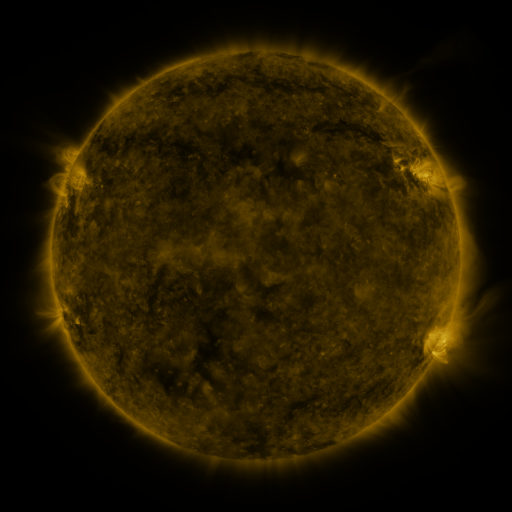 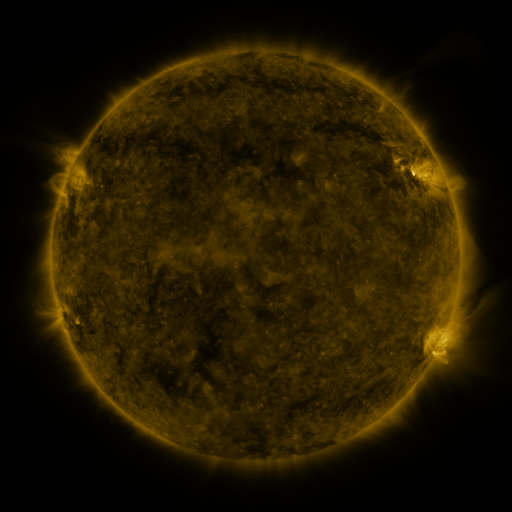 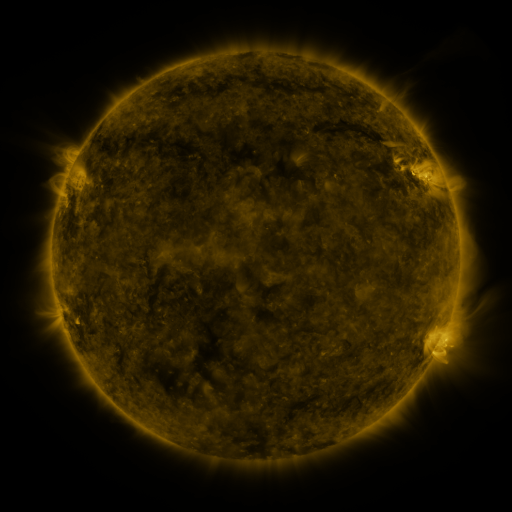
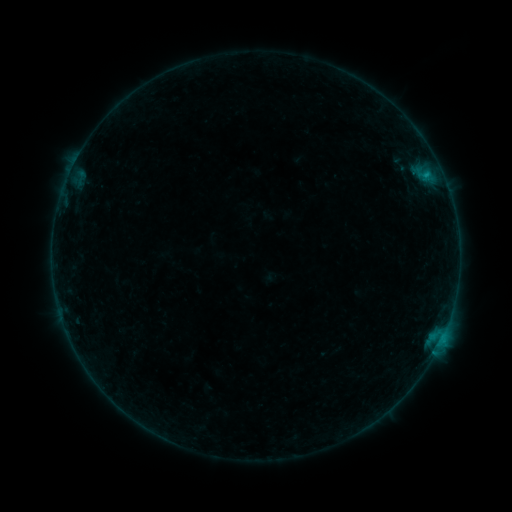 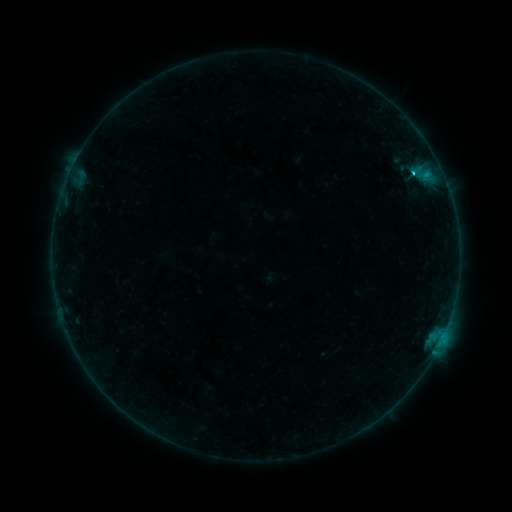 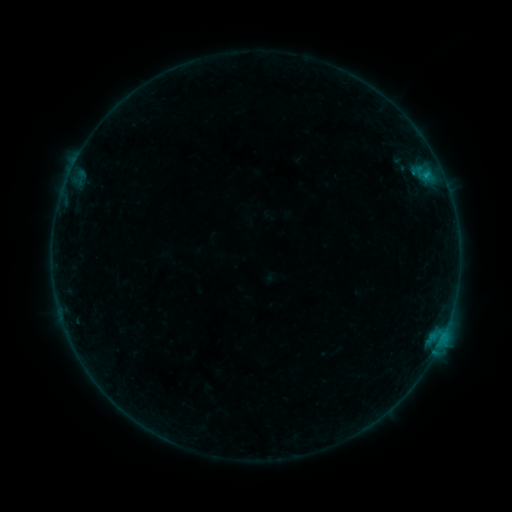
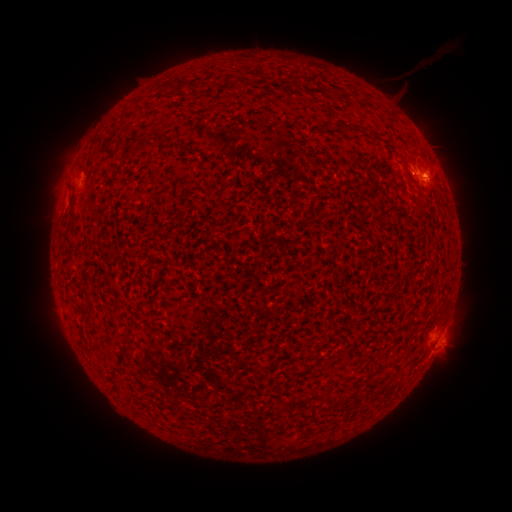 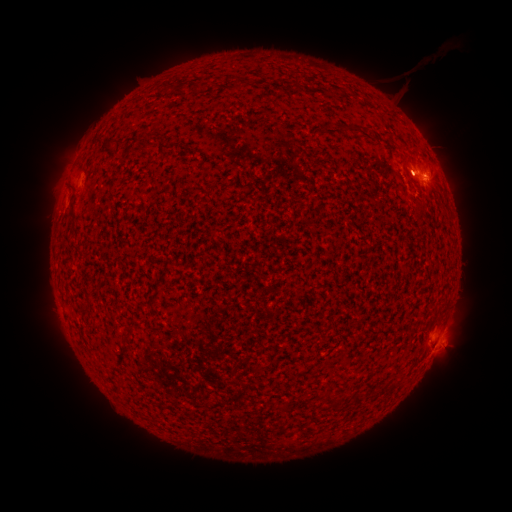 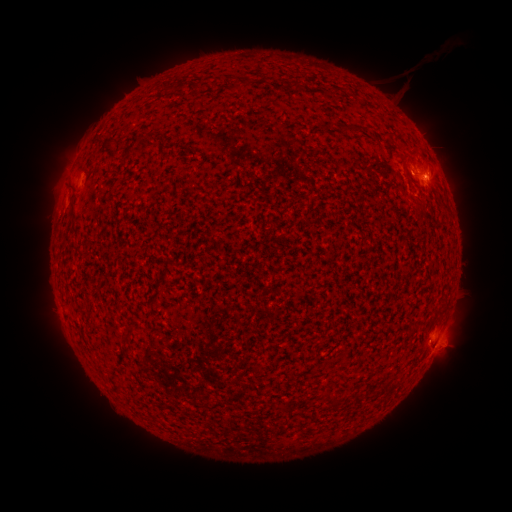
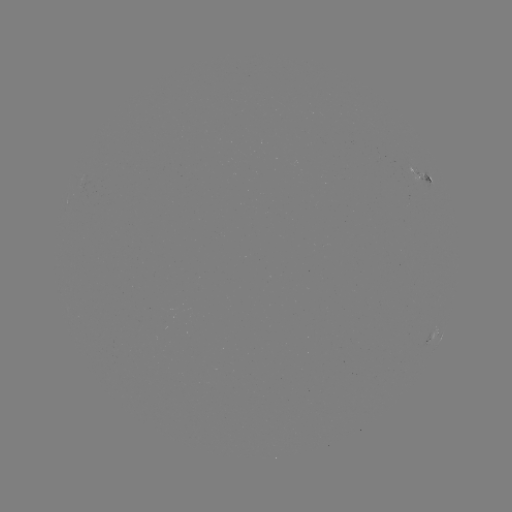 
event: eruption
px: (456, 171)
